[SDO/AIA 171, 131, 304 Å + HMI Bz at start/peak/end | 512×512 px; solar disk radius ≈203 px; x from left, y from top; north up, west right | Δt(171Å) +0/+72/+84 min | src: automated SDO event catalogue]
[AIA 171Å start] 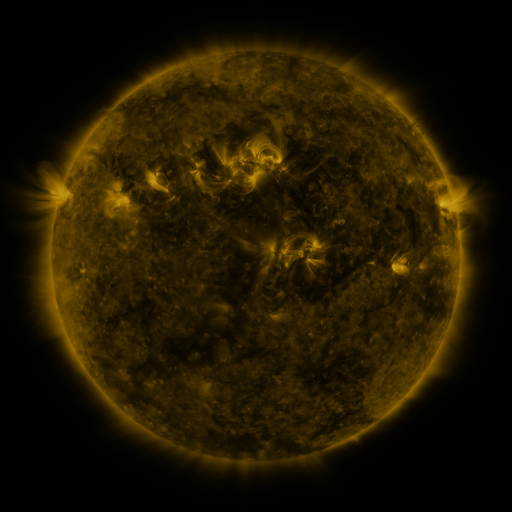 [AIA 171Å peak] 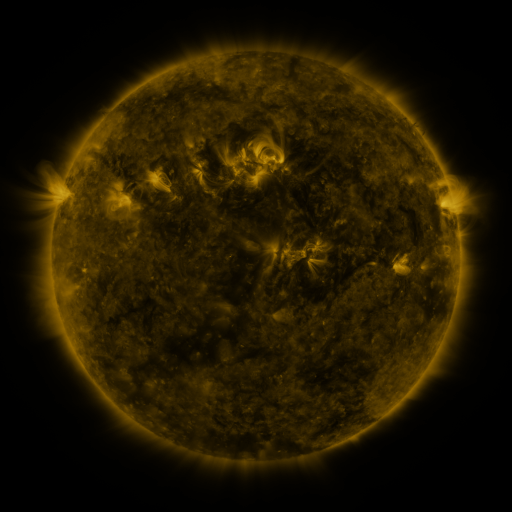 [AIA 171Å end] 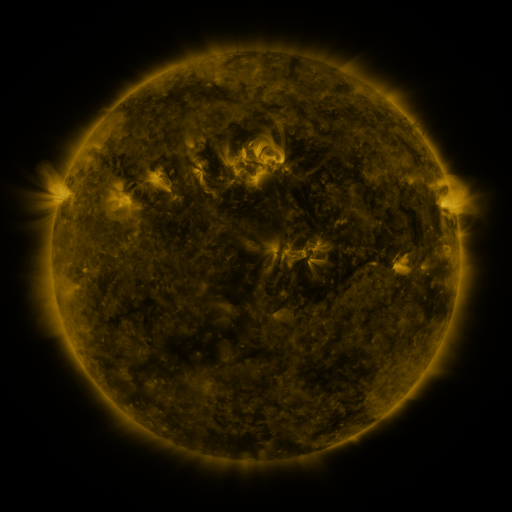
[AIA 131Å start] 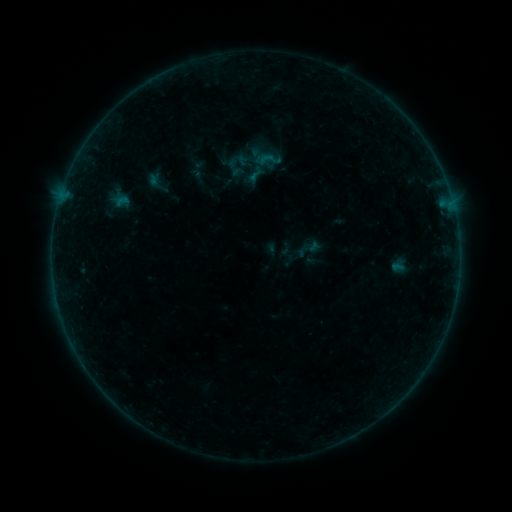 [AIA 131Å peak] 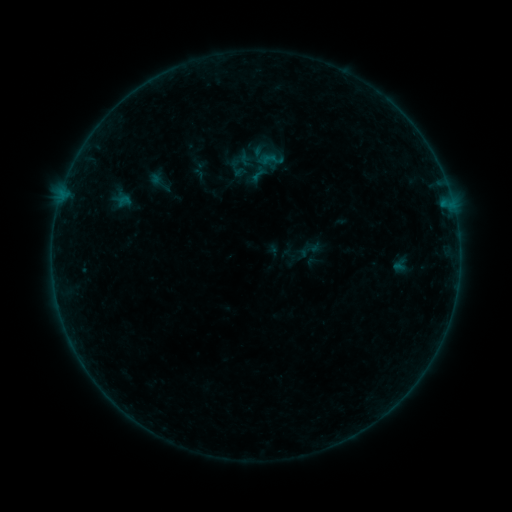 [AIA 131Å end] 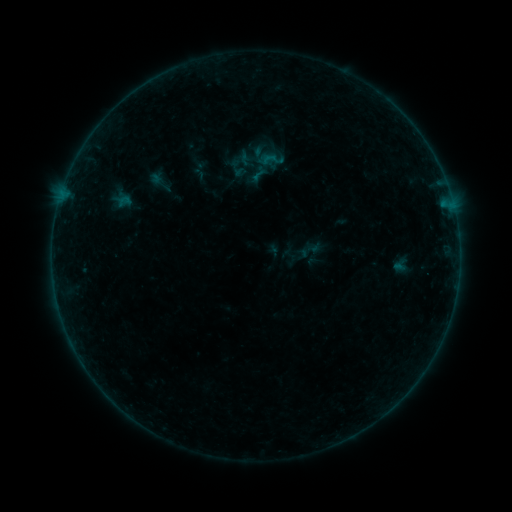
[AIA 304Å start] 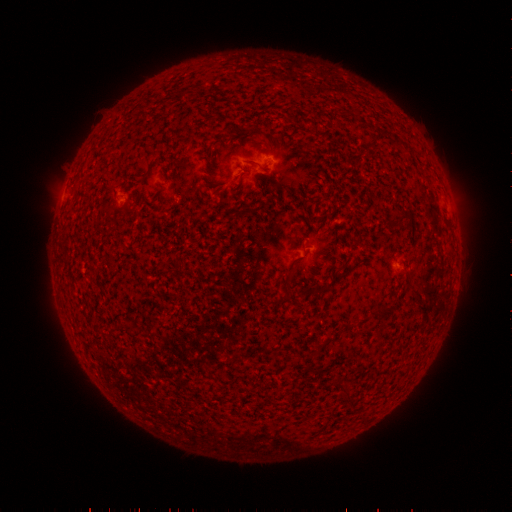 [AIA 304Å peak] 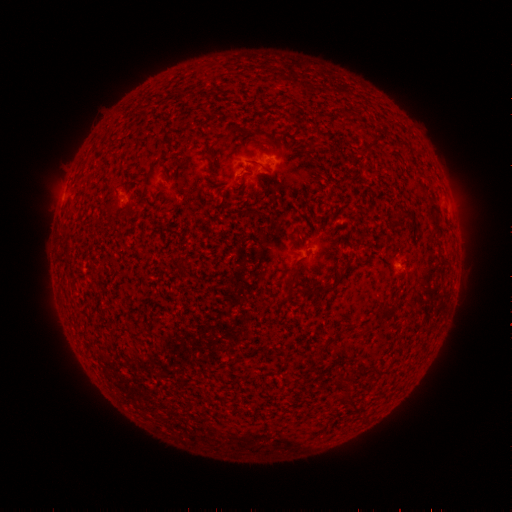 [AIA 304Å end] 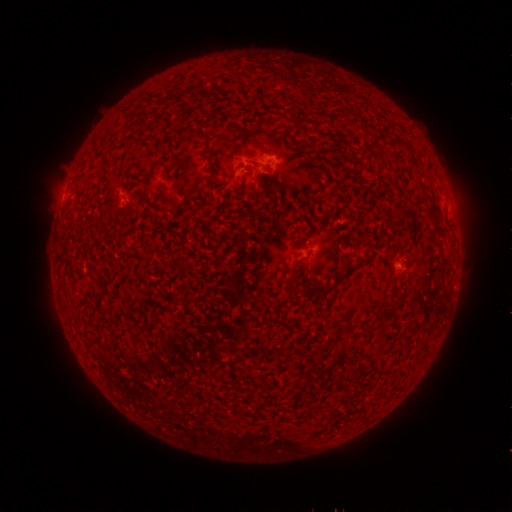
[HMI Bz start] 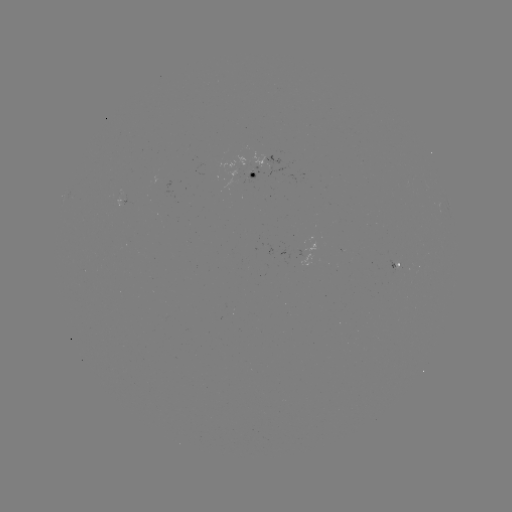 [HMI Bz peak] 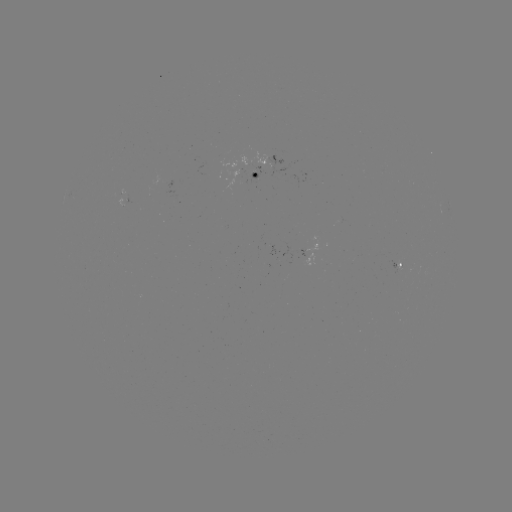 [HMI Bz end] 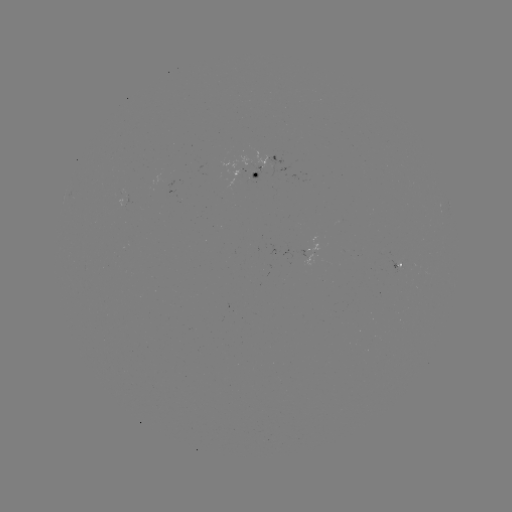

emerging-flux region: [125, 195, 134, 206]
